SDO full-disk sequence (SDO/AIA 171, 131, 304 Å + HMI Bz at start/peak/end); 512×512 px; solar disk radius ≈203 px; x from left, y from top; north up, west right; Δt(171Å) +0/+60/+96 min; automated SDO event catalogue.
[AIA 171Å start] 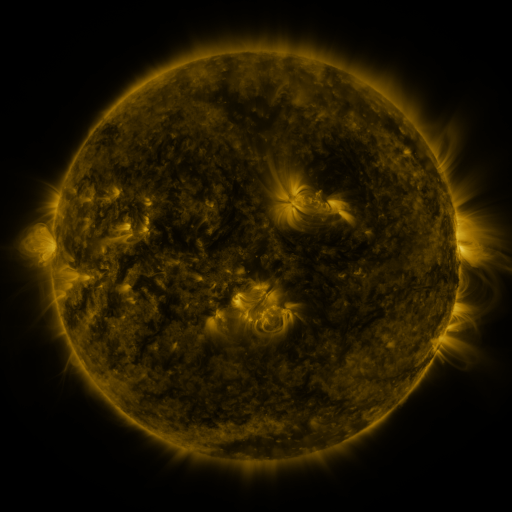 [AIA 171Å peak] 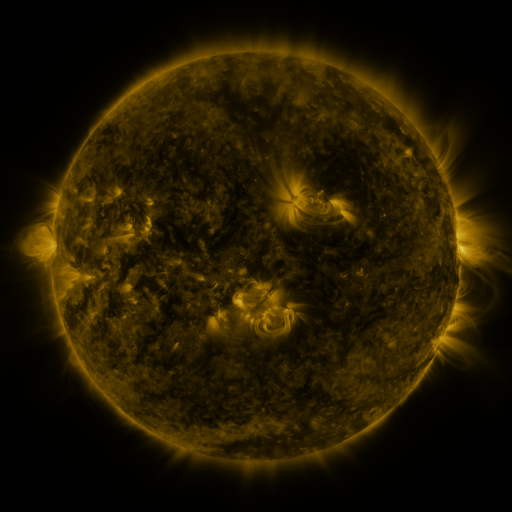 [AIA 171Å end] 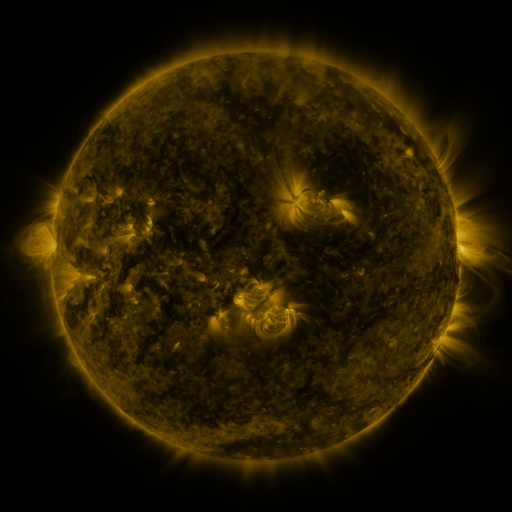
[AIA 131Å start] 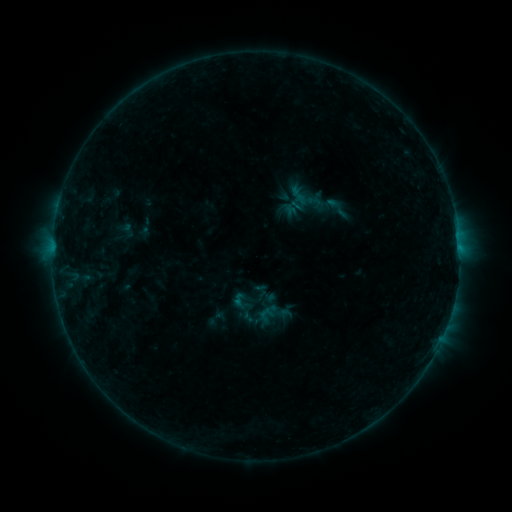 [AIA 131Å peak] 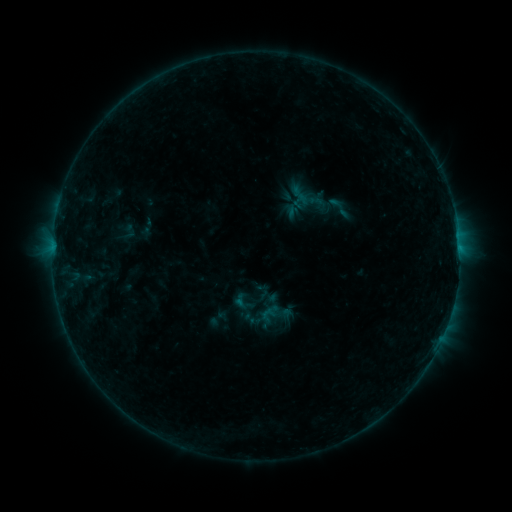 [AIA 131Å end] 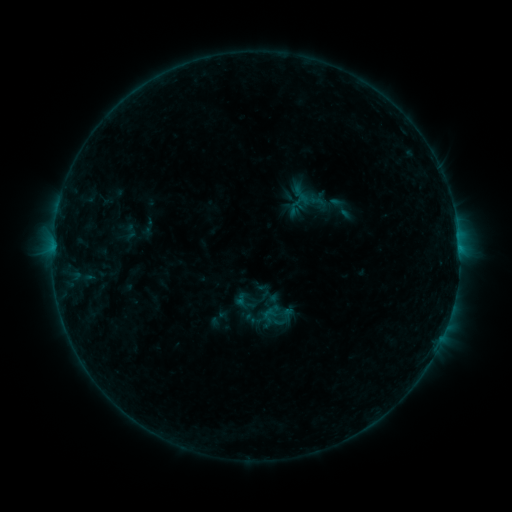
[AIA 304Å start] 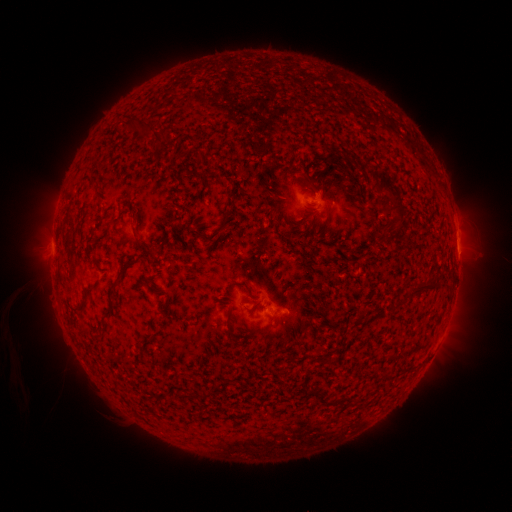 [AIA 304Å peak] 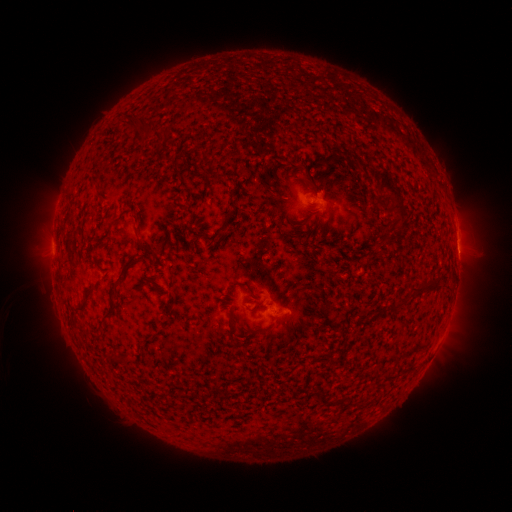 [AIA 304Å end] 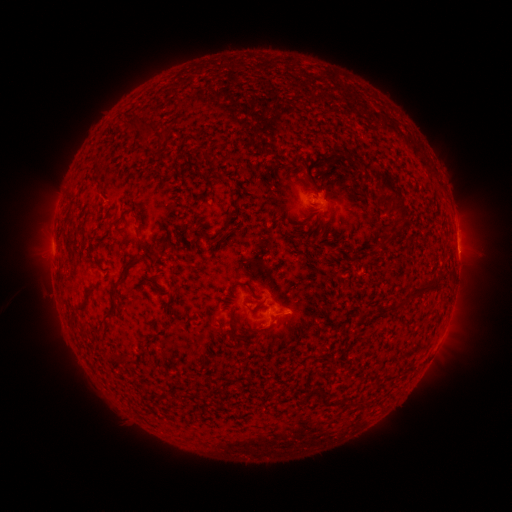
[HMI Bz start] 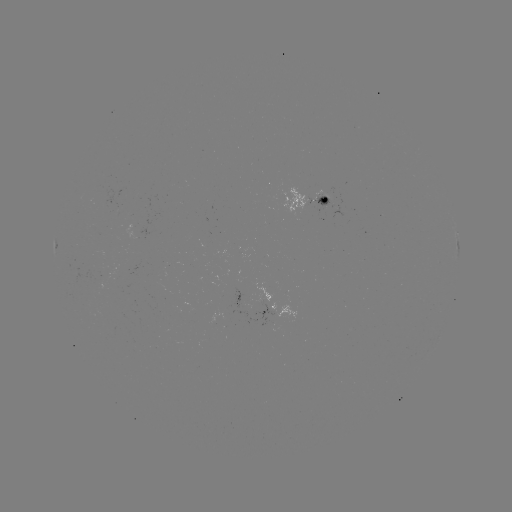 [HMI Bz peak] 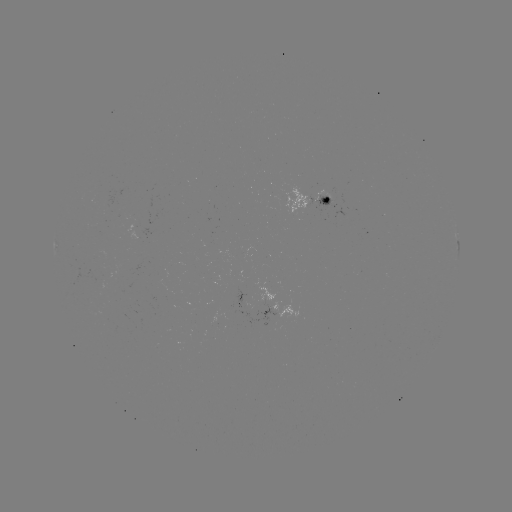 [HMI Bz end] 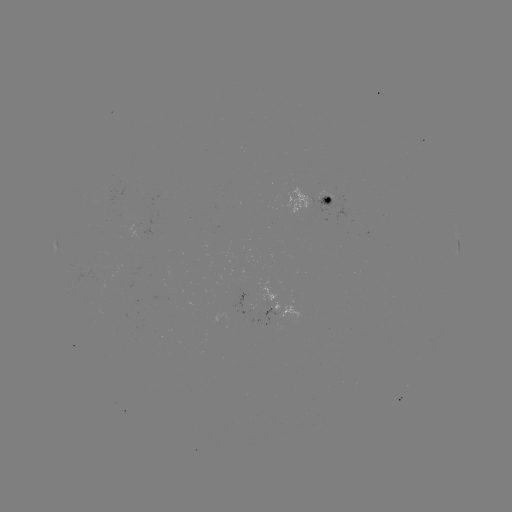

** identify emerging-flux region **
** (261, 303) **